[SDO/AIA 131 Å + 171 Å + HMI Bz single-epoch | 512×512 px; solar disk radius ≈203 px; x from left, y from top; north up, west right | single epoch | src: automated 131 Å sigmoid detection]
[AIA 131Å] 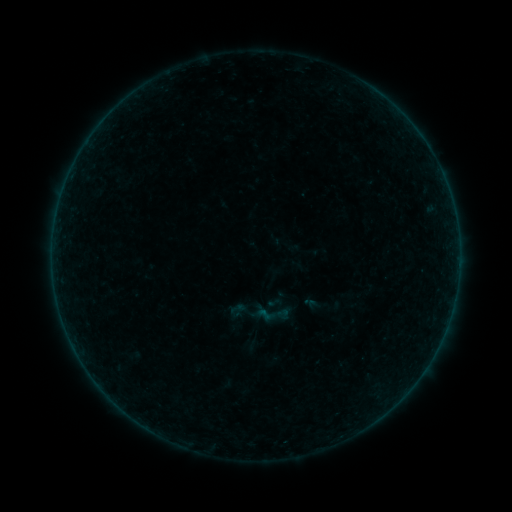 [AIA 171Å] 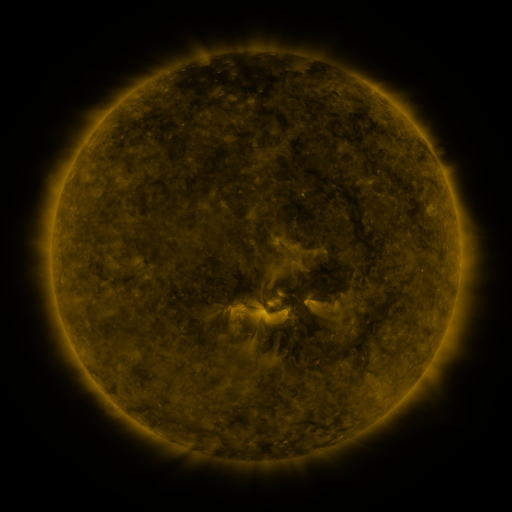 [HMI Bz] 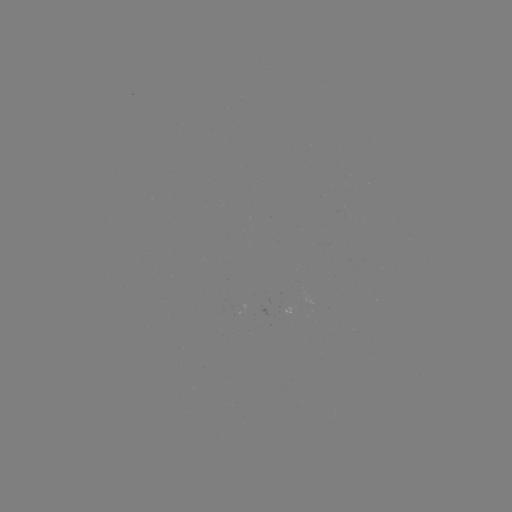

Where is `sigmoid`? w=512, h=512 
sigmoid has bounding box [302, 293, 322, 312].